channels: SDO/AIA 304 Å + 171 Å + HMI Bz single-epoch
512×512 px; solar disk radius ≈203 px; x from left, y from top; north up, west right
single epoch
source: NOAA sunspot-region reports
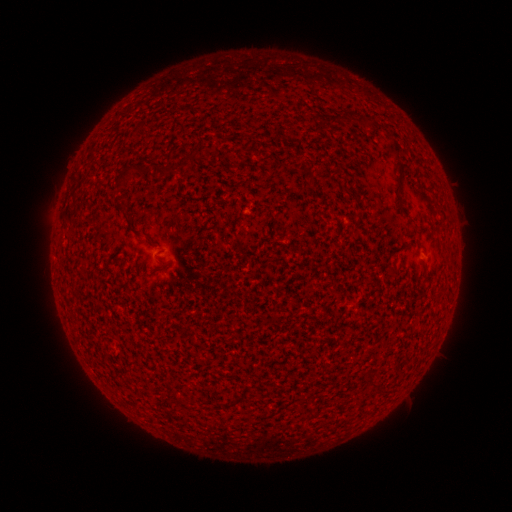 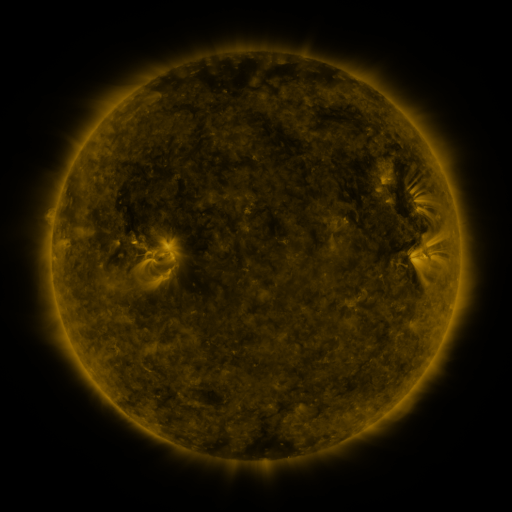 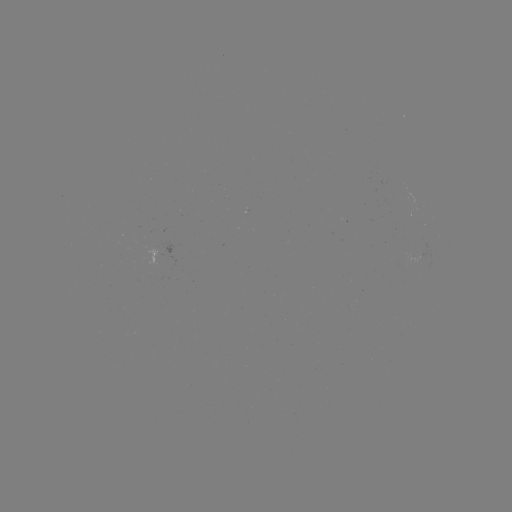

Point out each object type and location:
(none)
